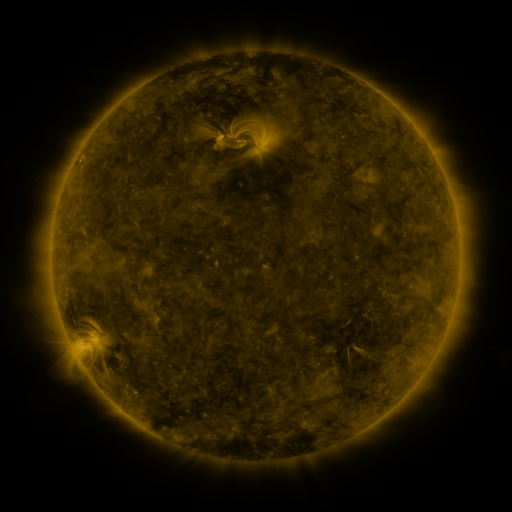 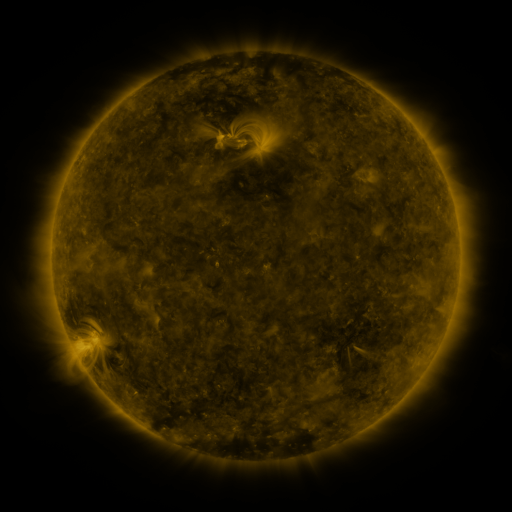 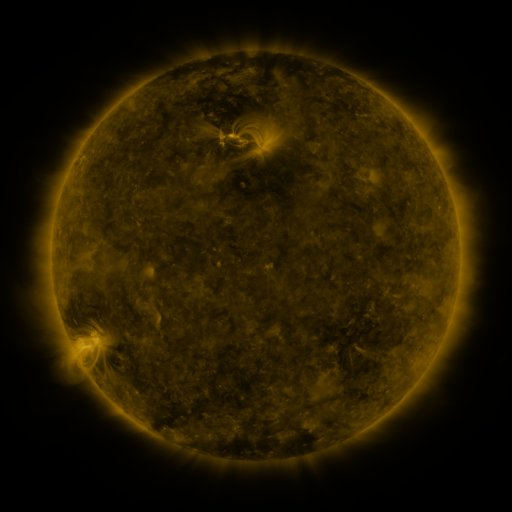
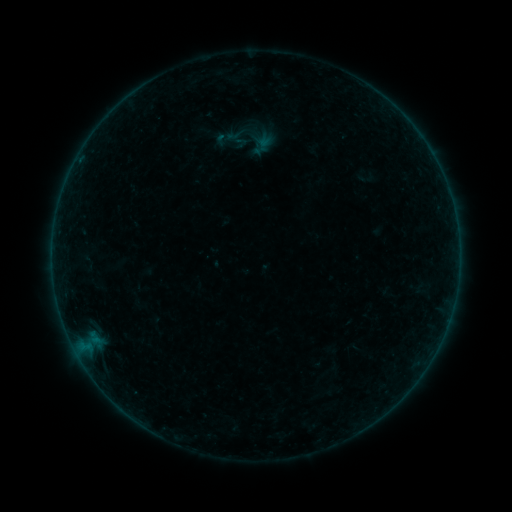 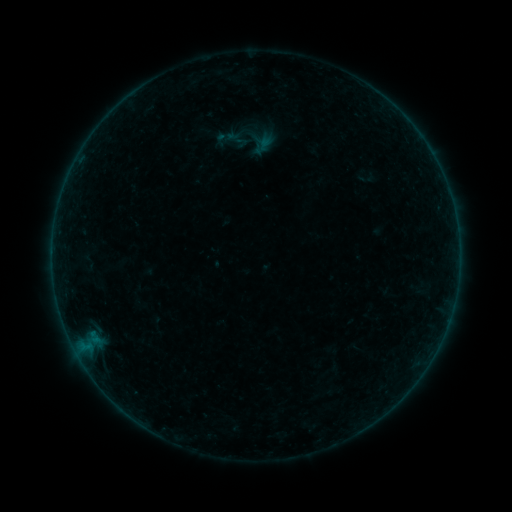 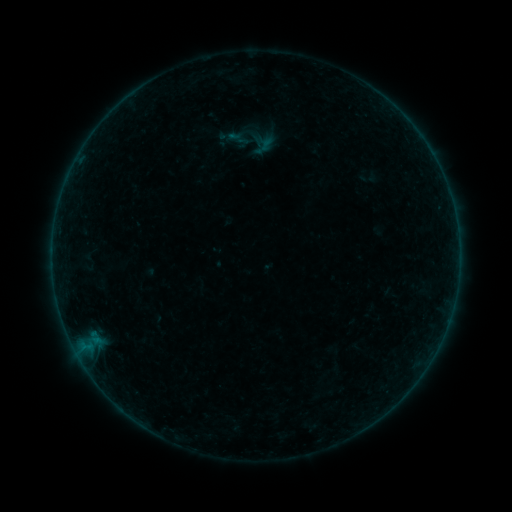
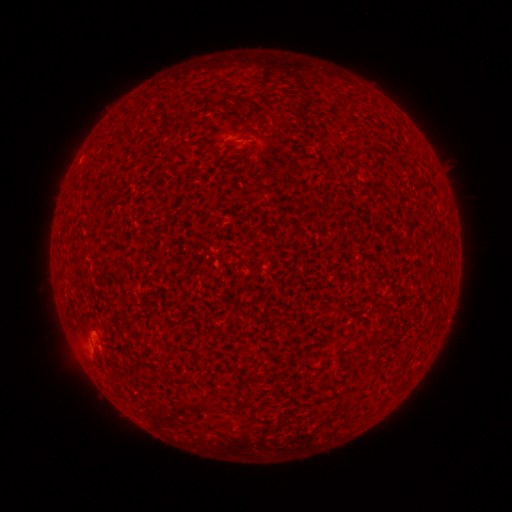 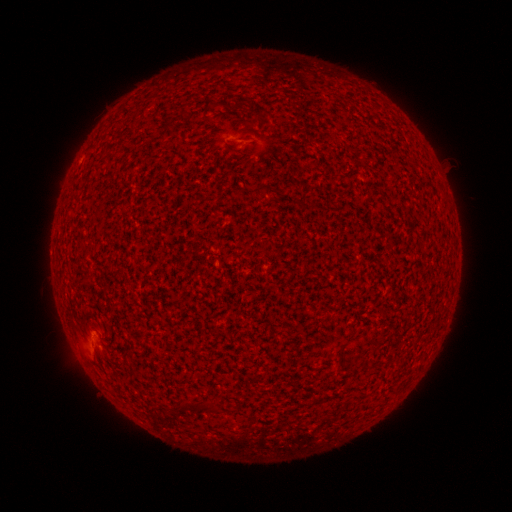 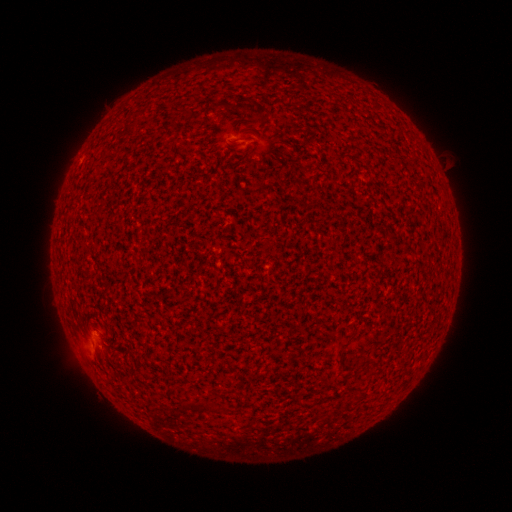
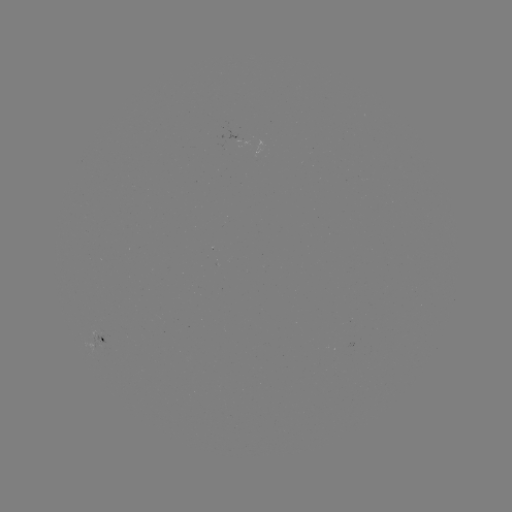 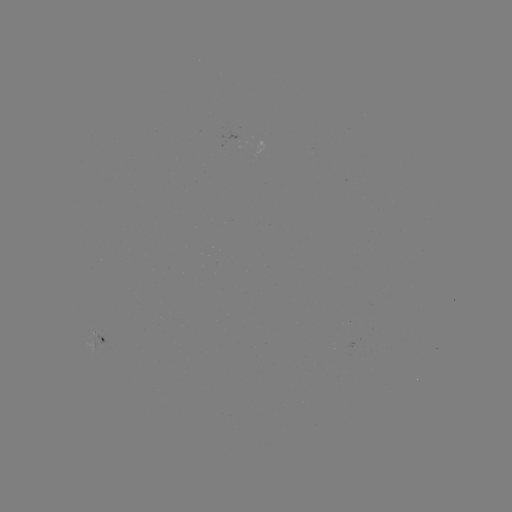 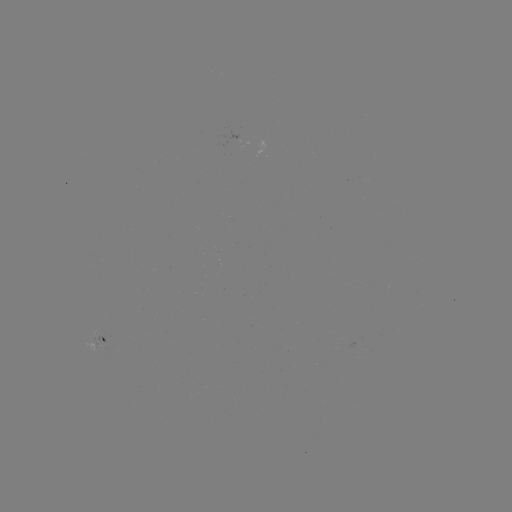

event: flare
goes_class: A9.2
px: (92, 332)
